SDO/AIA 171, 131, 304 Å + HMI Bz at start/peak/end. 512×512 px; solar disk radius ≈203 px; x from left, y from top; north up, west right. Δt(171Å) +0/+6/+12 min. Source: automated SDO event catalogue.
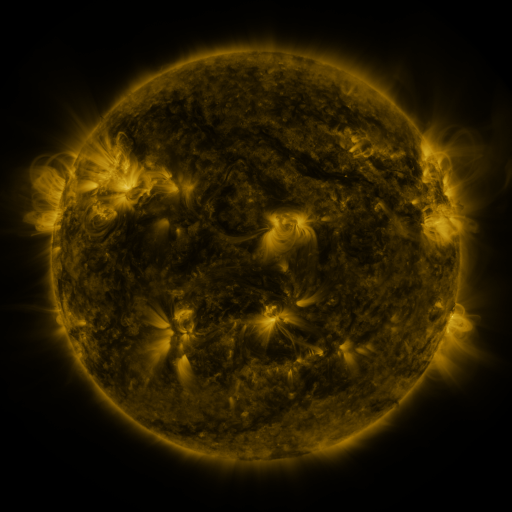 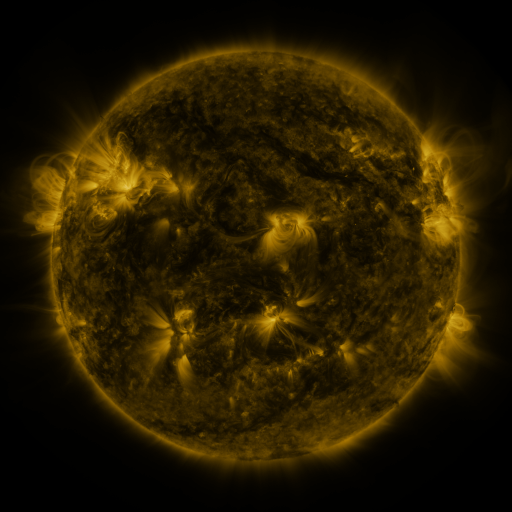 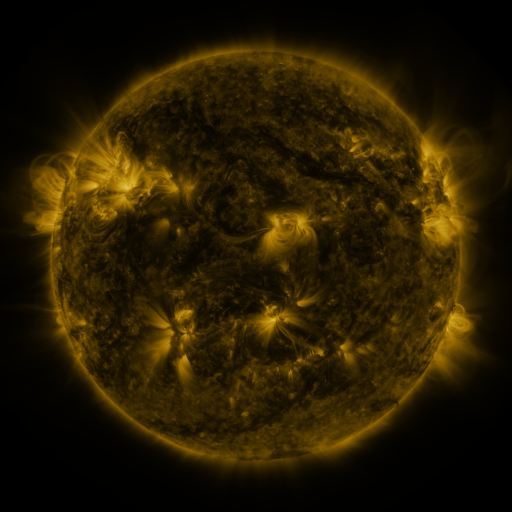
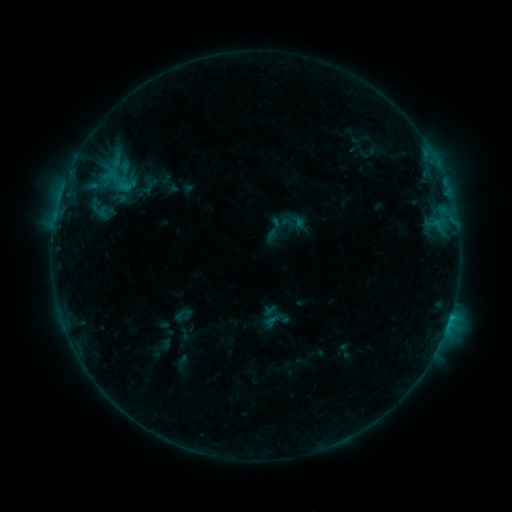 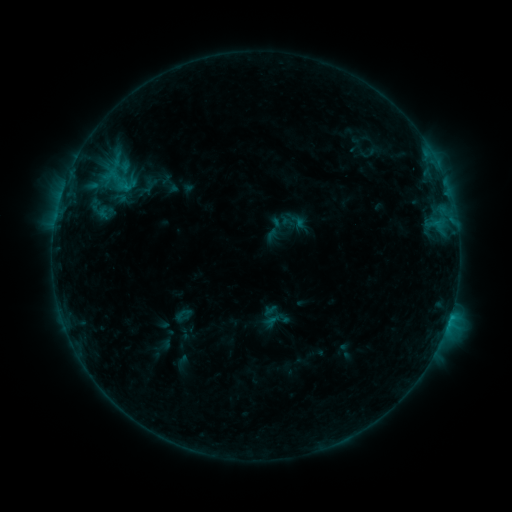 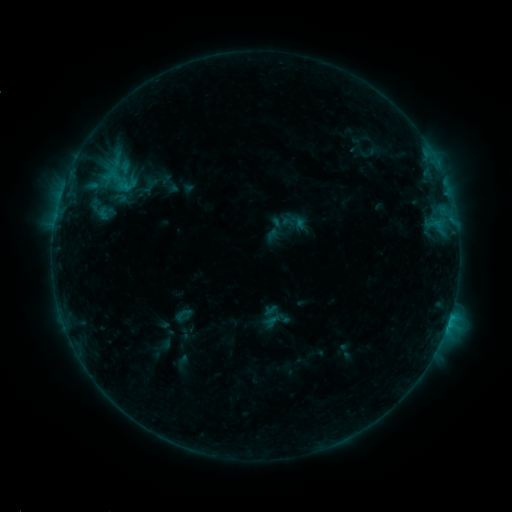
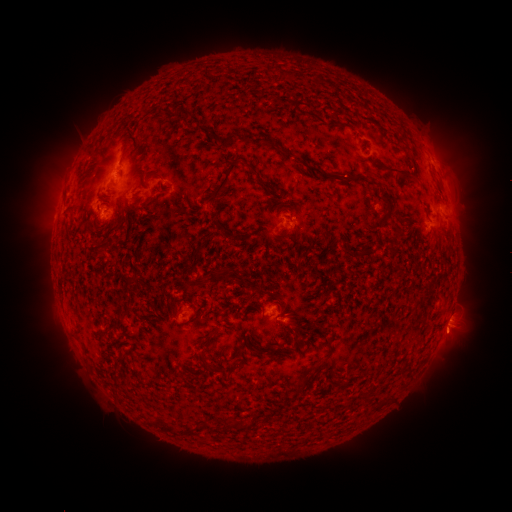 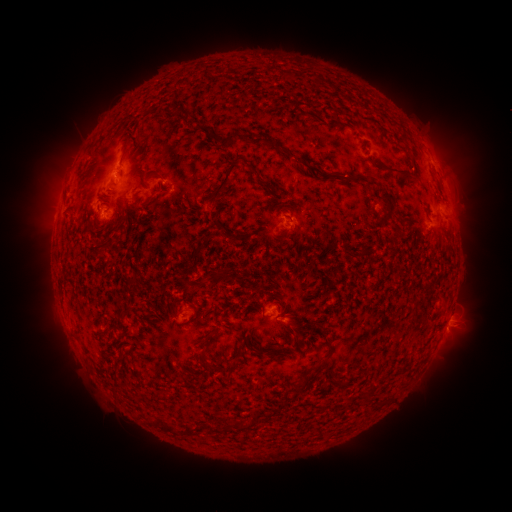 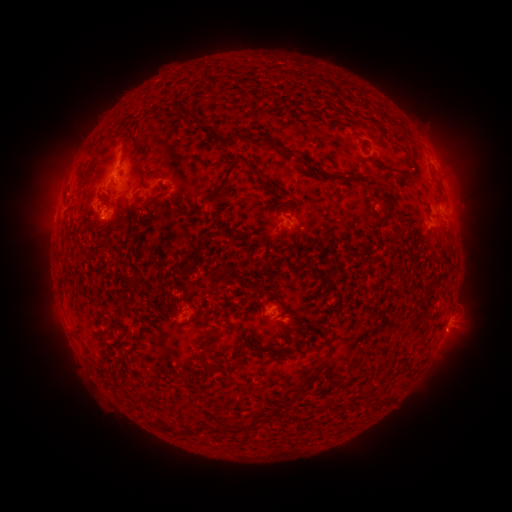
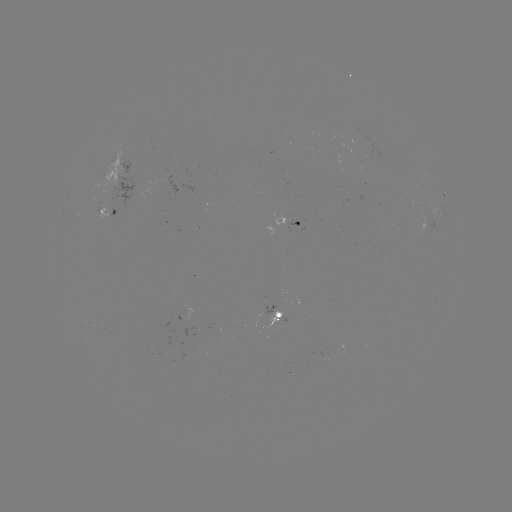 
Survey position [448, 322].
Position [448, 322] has C2.5 flare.